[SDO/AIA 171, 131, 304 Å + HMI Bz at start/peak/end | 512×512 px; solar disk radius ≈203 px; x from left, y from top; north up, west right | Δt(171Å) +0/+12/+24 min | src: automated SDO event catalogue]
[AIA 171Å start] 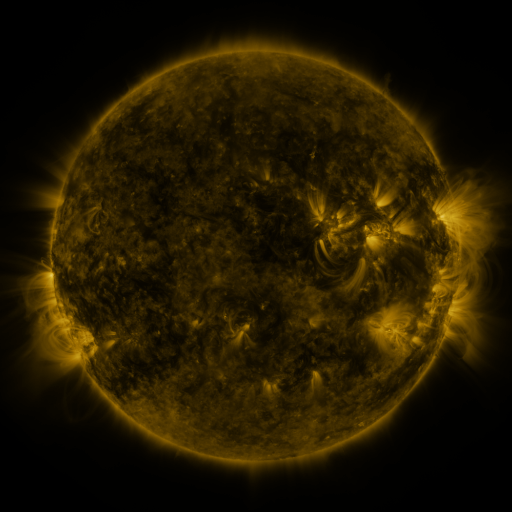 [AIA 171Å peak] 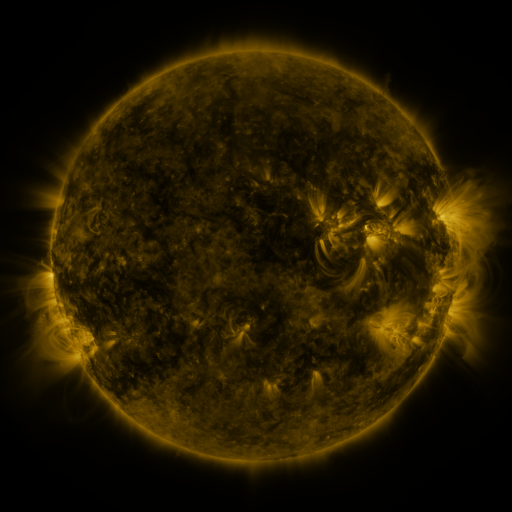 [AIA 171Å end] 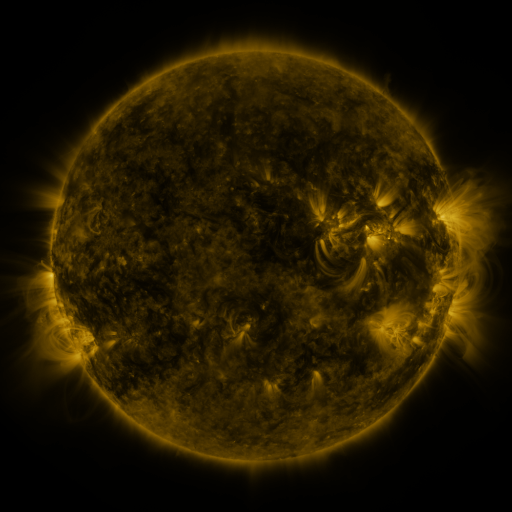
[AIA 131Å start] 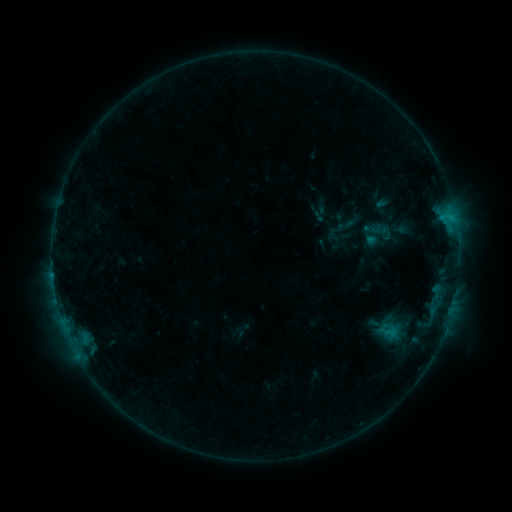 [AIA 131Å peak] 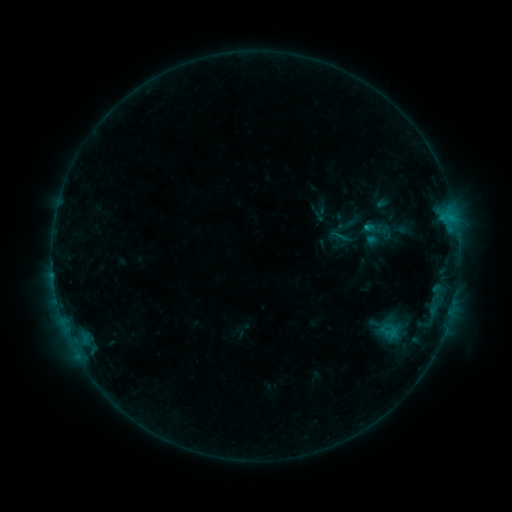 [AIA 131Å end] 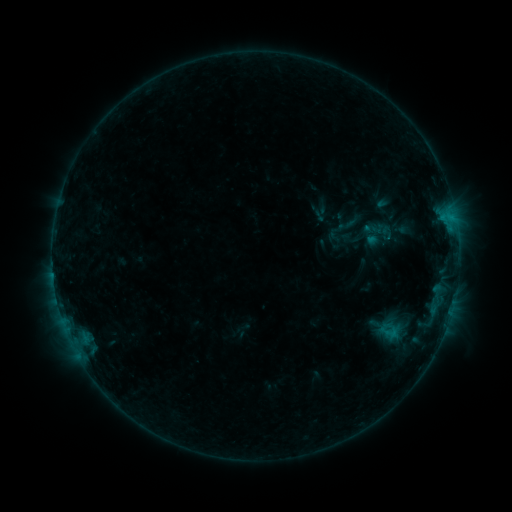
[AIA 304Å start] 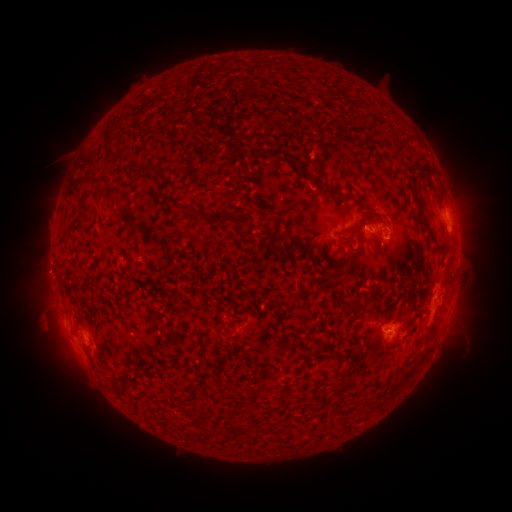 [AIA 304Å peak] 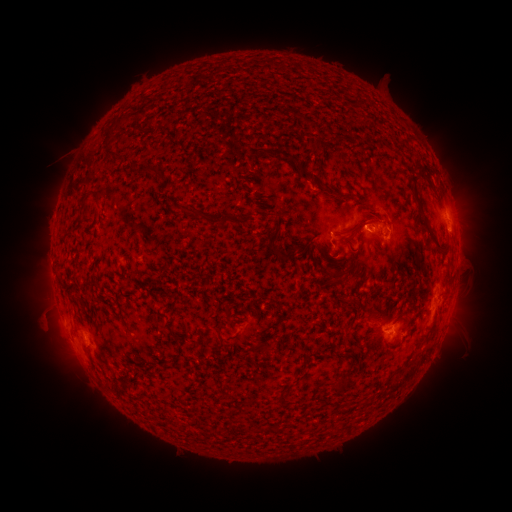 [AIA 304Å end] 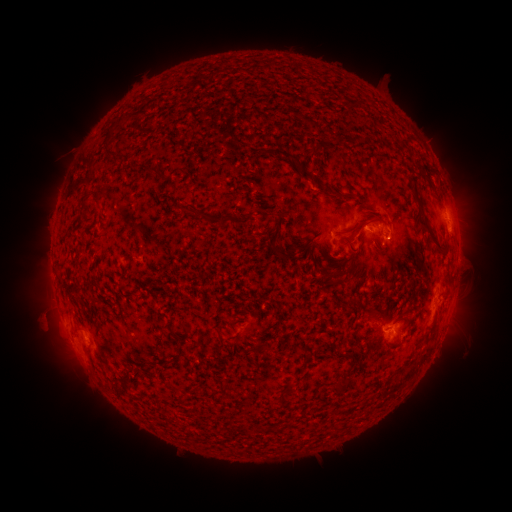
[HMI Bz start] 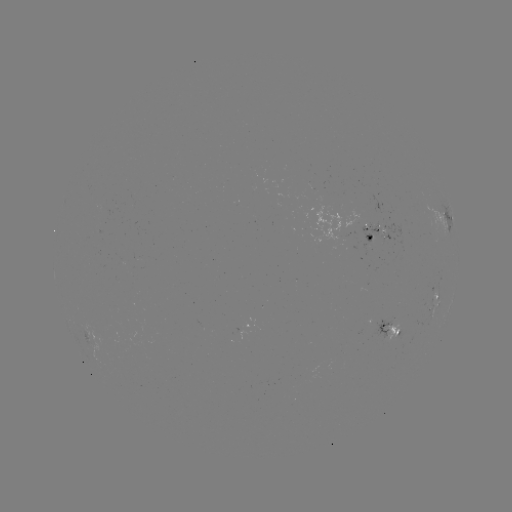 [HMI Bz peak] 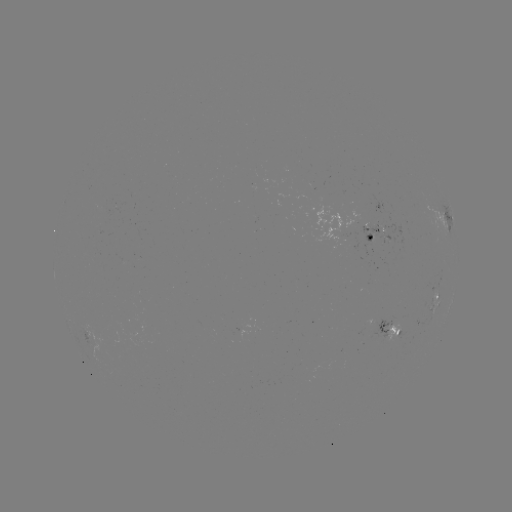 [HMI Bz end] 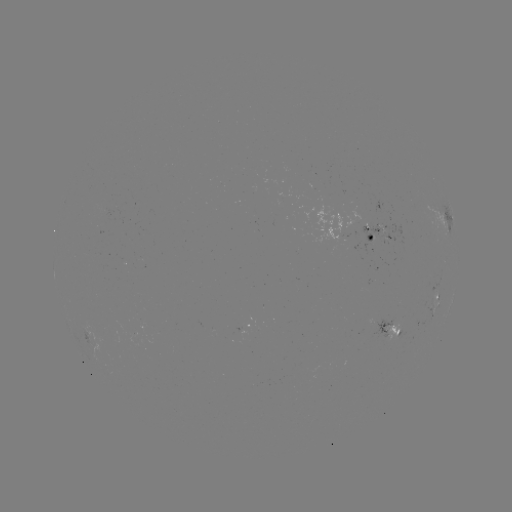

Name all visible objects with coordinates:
B6.8 flare: (366, 227)
